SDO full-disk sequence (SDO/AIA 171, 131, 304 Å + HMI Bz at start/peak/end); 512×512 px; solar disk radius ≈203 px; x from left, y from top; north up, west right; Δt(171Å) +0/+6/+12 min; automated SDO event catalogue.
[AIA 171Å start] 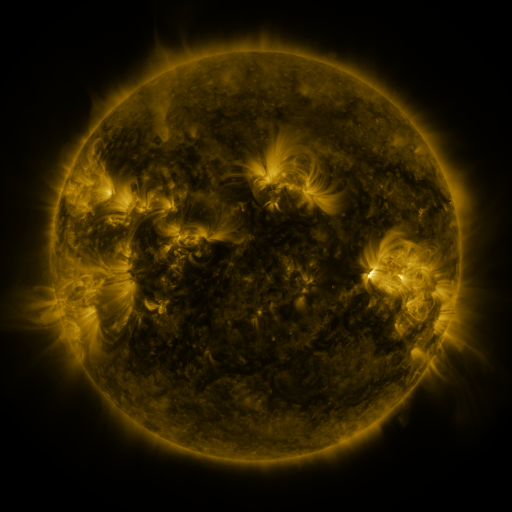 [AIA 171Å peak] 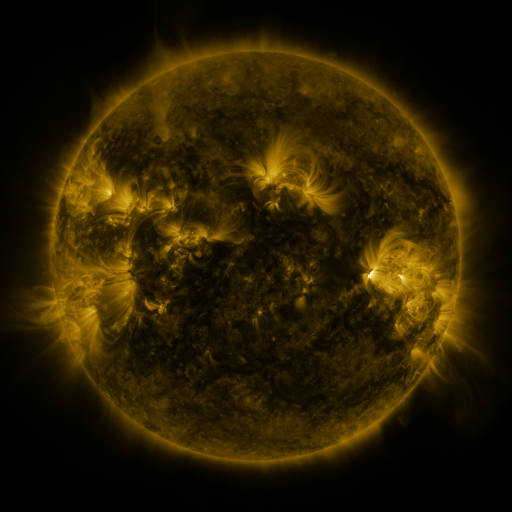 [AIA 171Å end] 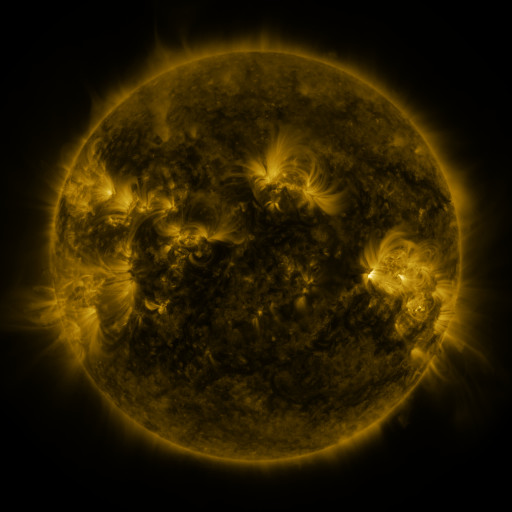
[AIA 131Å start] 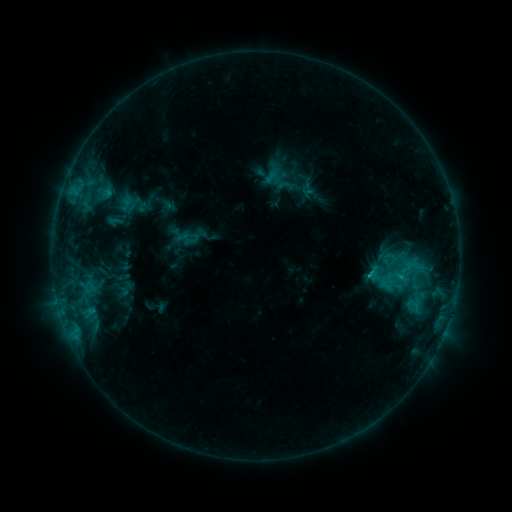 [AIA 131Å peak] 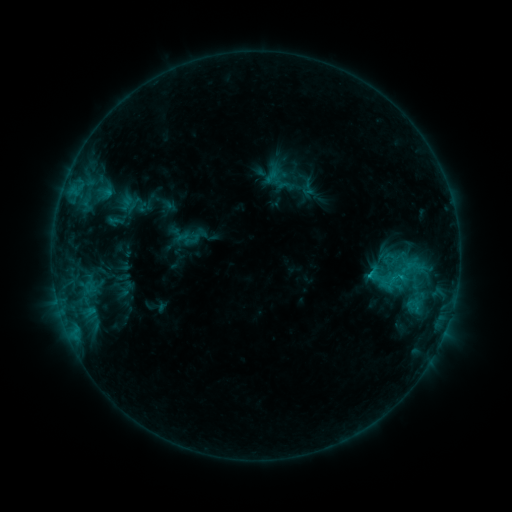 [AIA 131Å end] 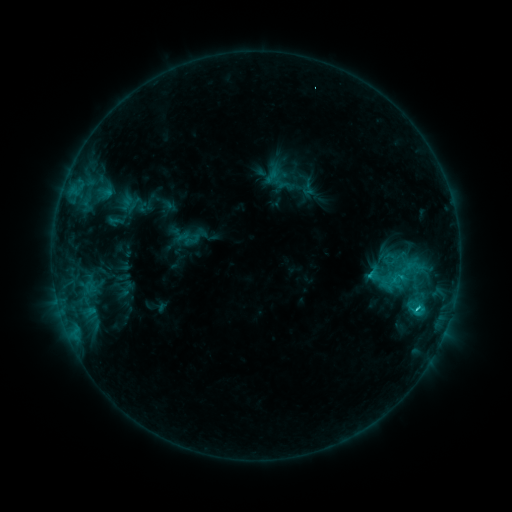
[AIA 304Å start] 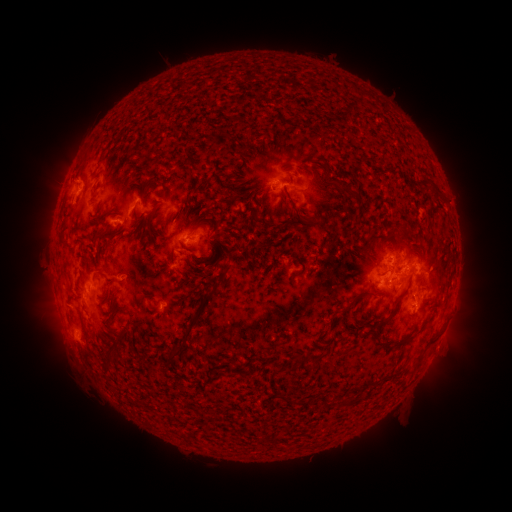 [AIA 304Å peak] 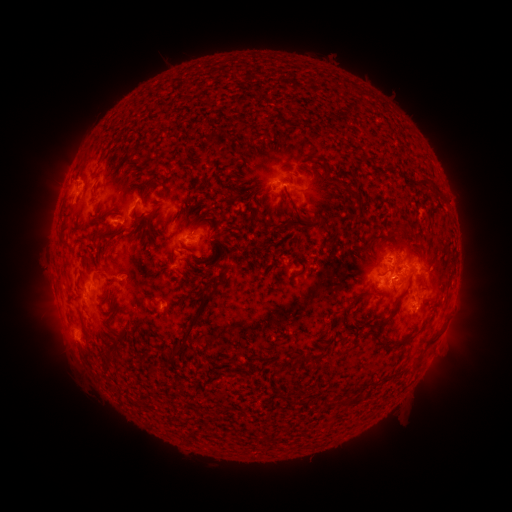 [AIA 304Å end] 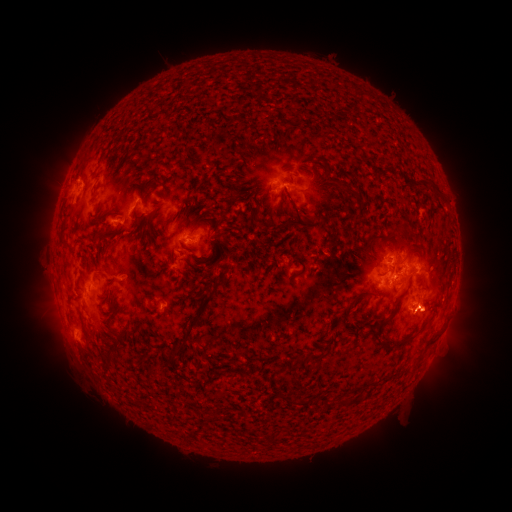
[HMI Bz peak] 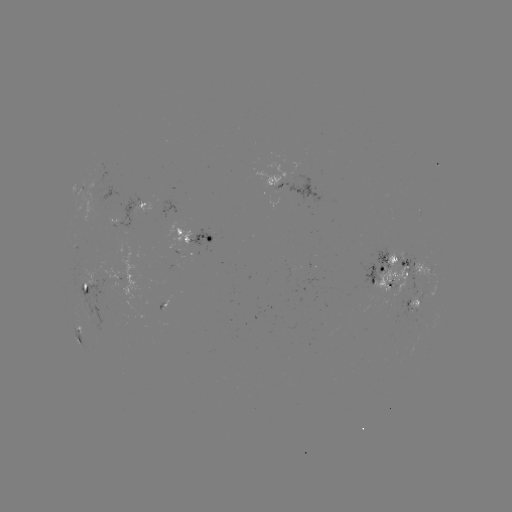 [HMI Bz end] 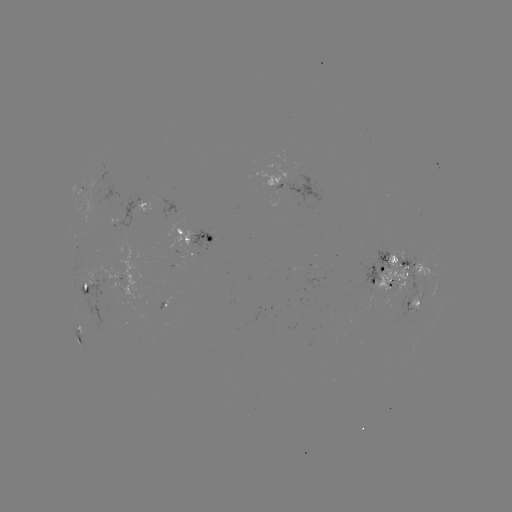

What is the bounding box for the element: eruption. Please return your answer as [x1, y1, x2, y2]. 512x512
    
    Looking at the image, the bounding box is [459, 286, 493, 339].